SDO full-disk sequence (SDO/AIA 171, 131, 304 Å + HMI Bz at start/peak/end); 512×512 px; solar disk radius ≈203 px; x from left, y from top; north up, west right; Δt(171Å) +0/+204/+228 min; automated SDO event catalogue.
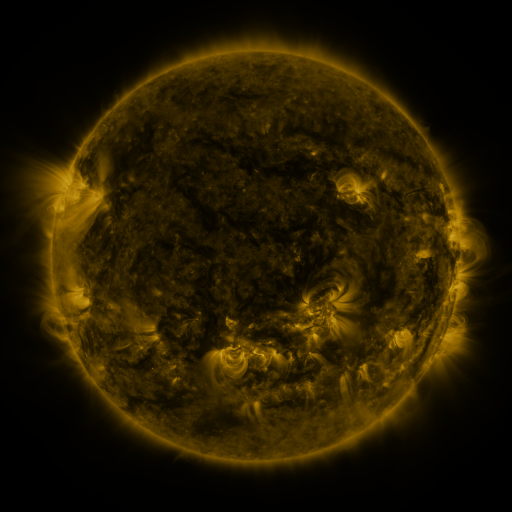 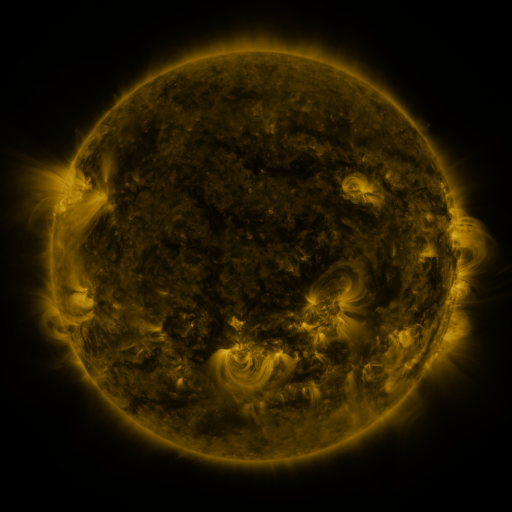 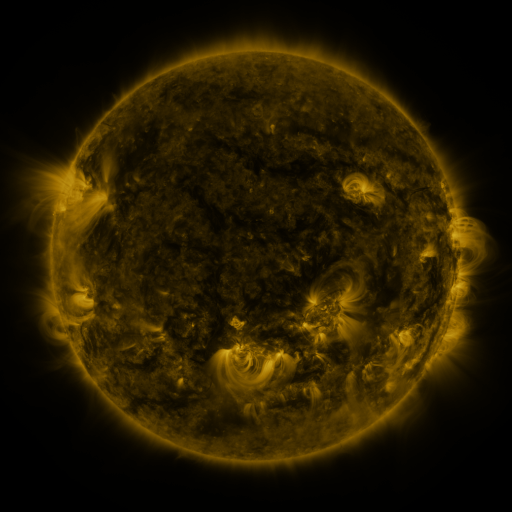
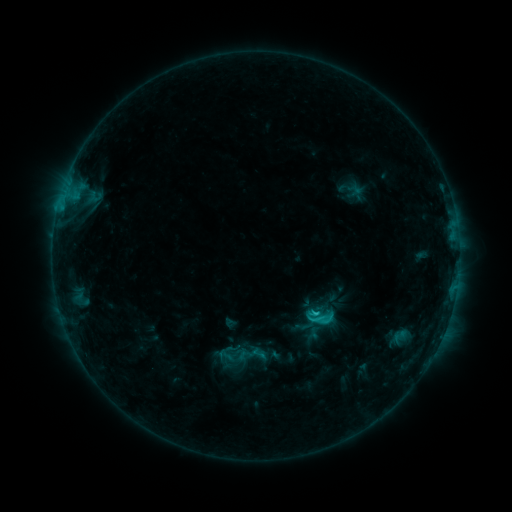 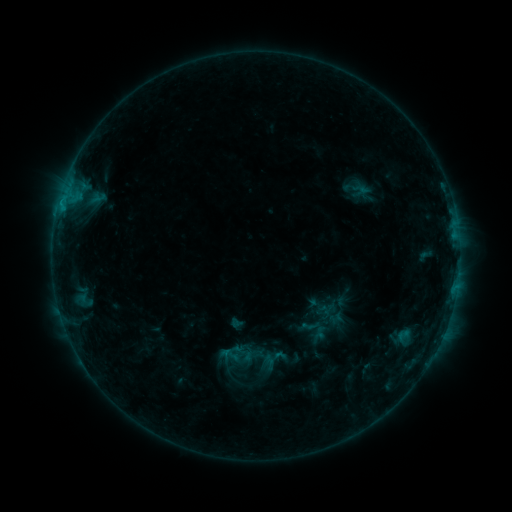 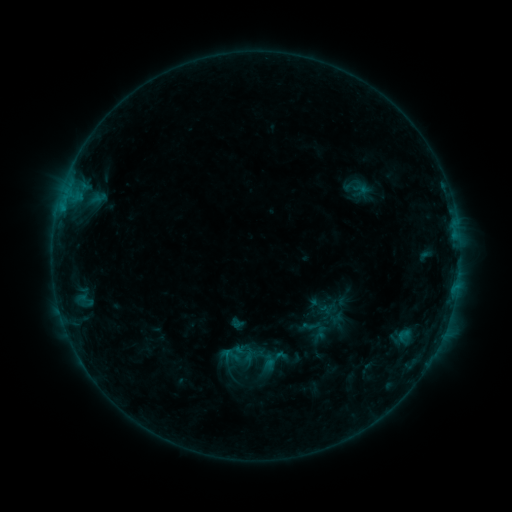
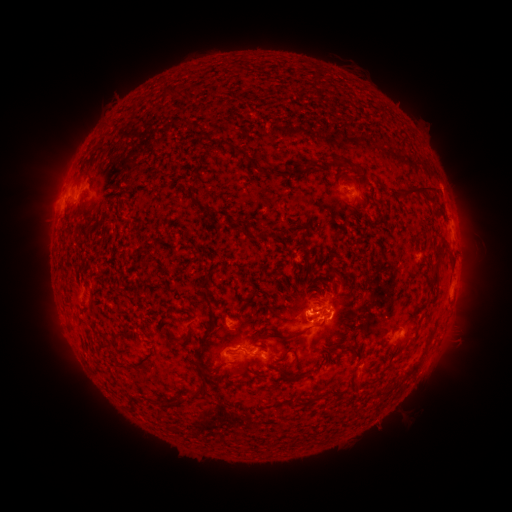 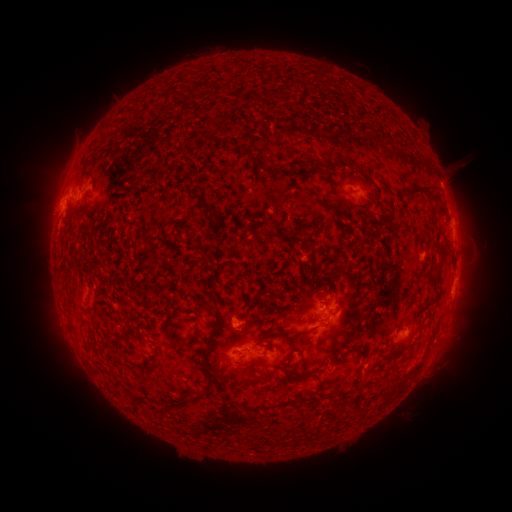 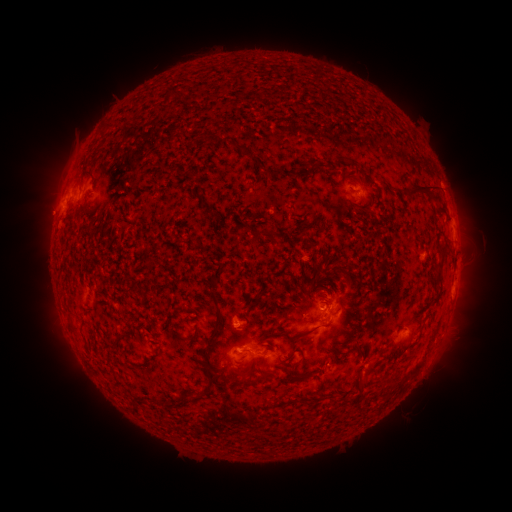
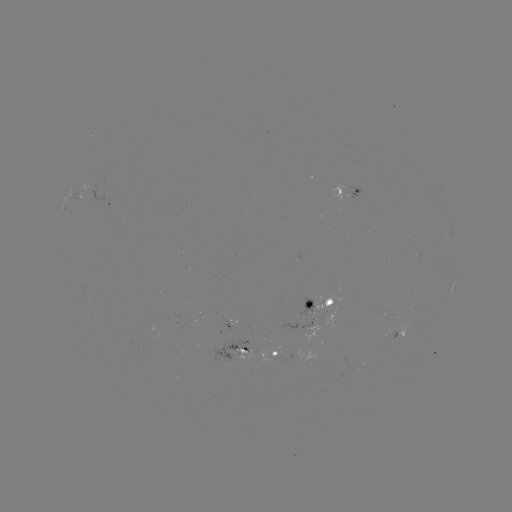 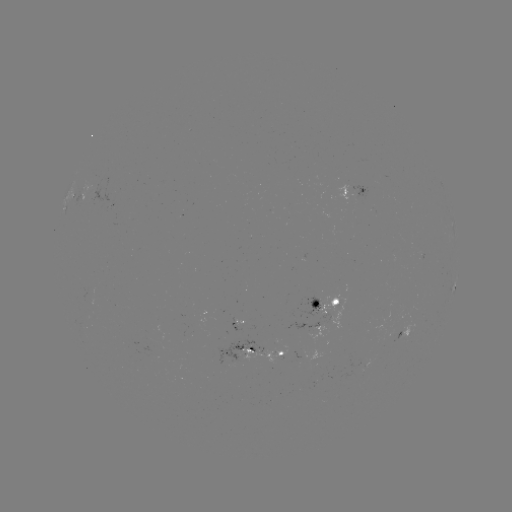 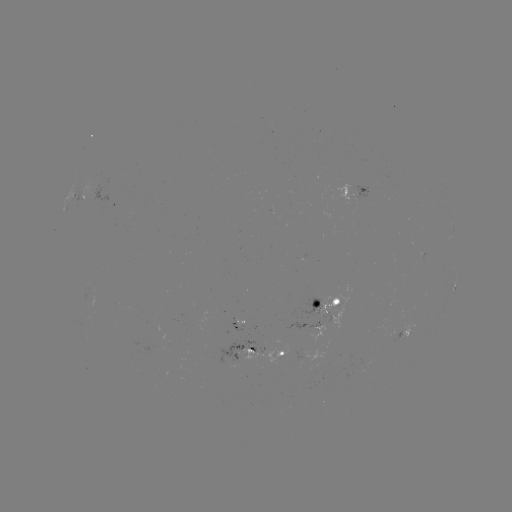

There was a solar emerging-flux region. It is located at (315, 308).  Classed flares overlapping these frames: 3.